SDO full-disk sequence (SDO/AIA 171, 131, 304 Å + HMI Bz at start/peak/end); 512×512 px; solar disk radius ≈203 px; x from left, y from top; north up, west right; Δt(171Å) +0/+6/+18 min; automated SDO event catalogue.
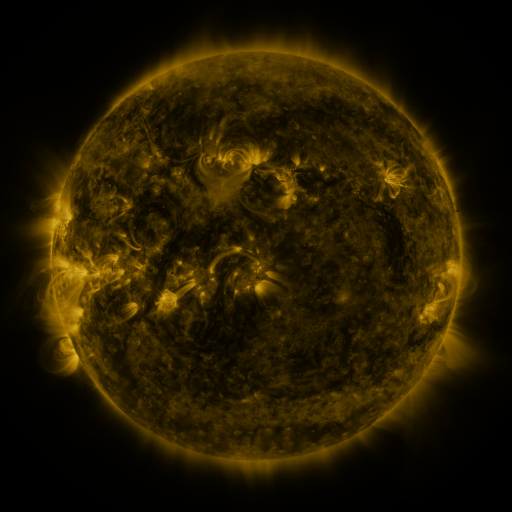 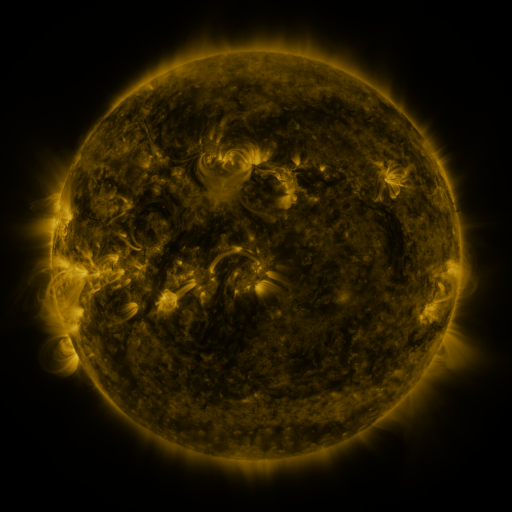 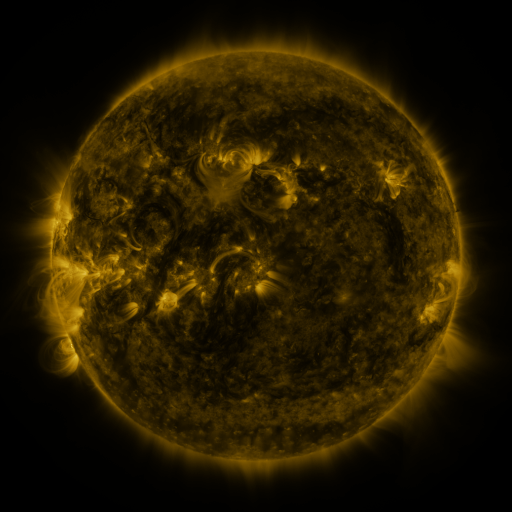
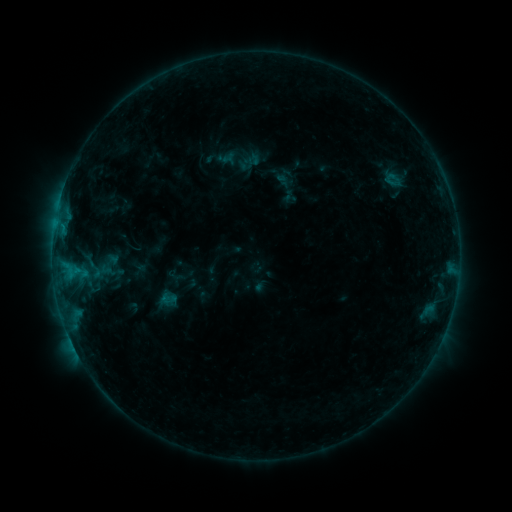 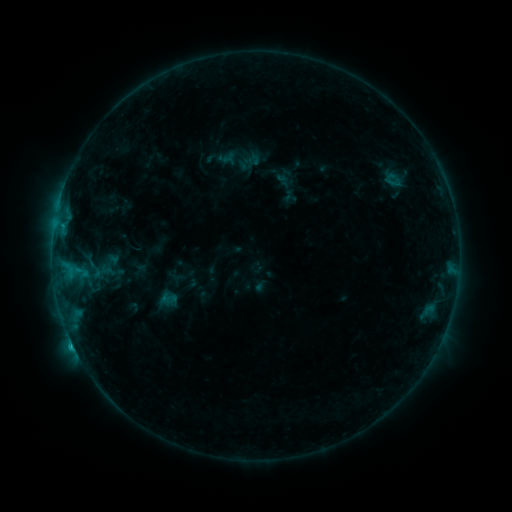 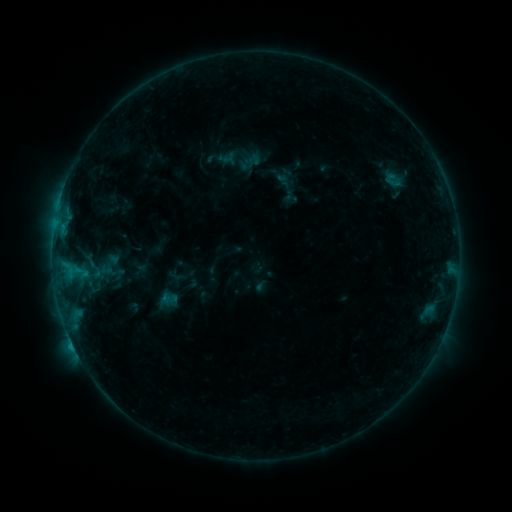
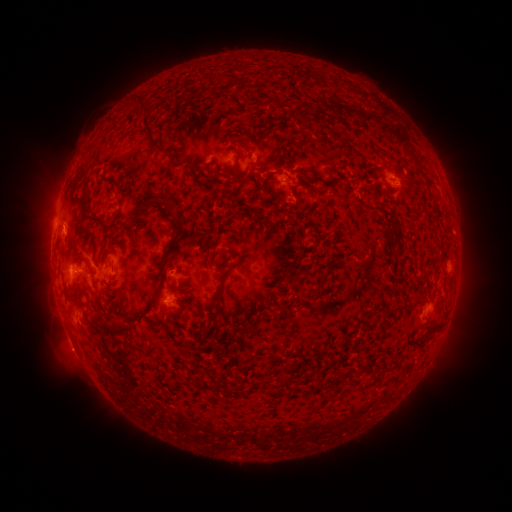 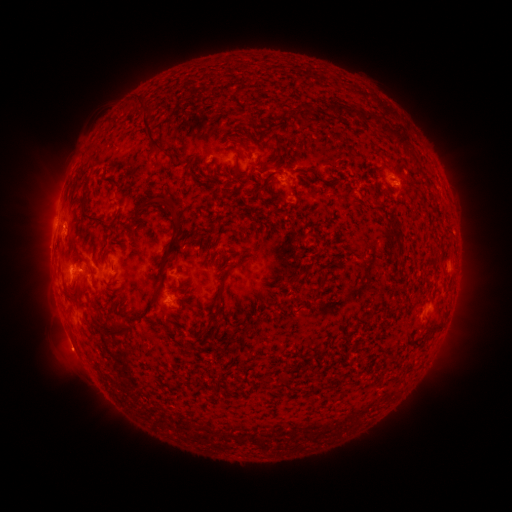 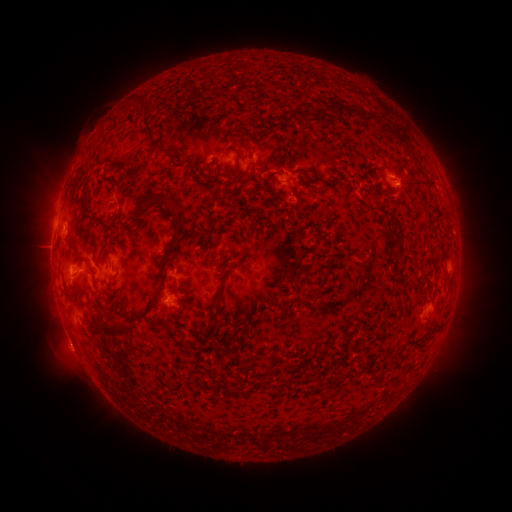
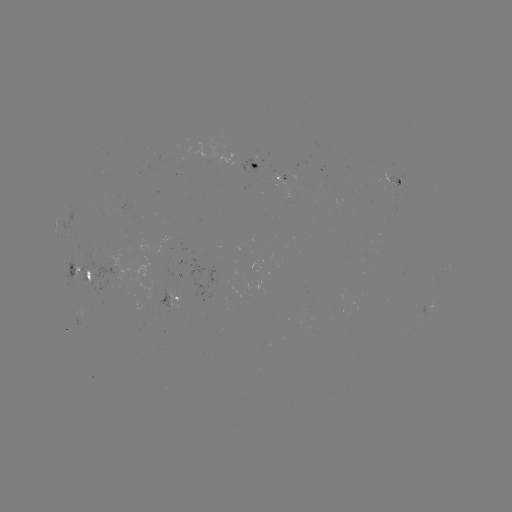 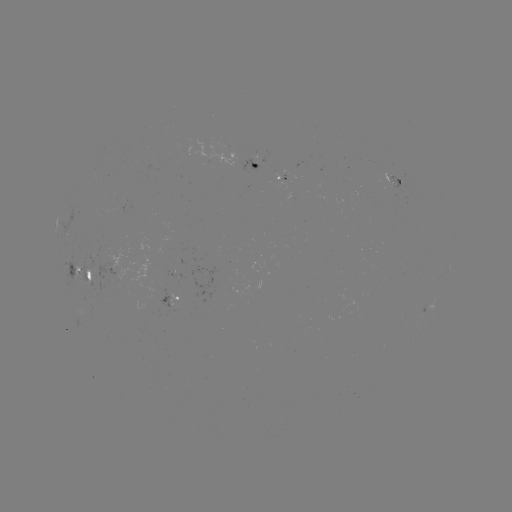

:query C1.1 flare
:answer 63,227